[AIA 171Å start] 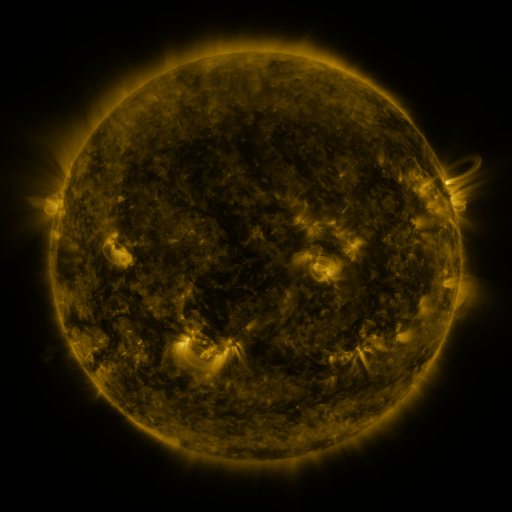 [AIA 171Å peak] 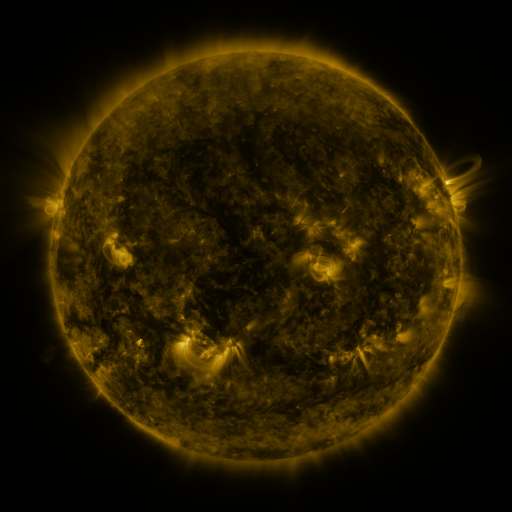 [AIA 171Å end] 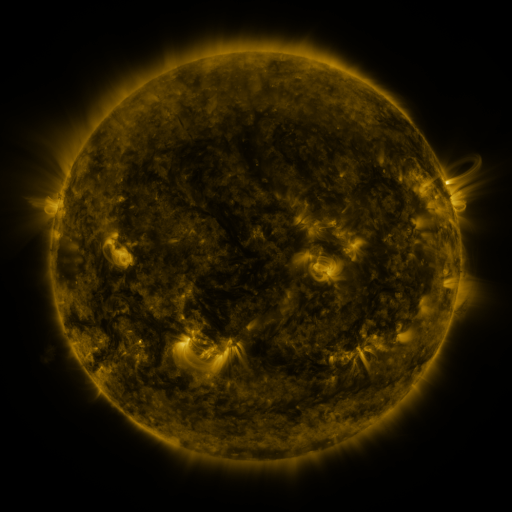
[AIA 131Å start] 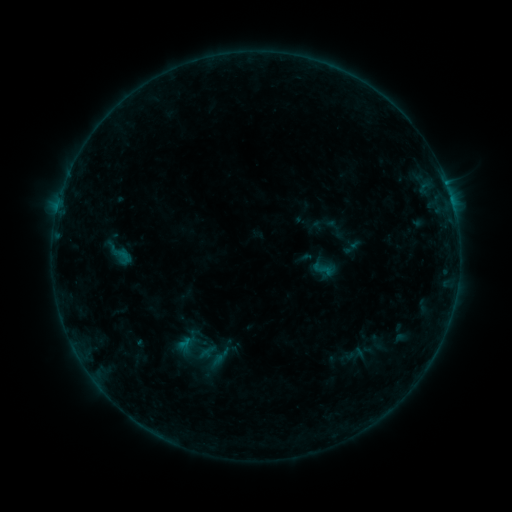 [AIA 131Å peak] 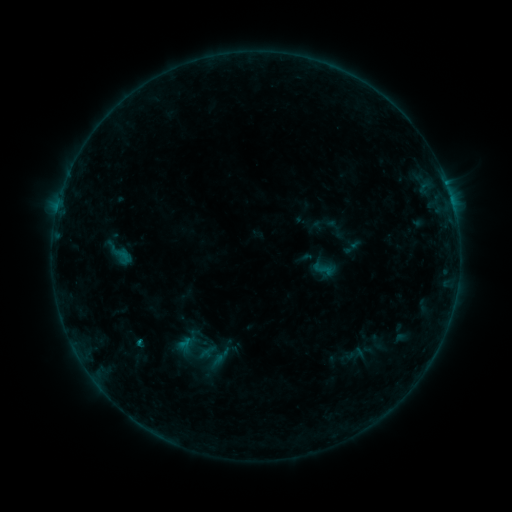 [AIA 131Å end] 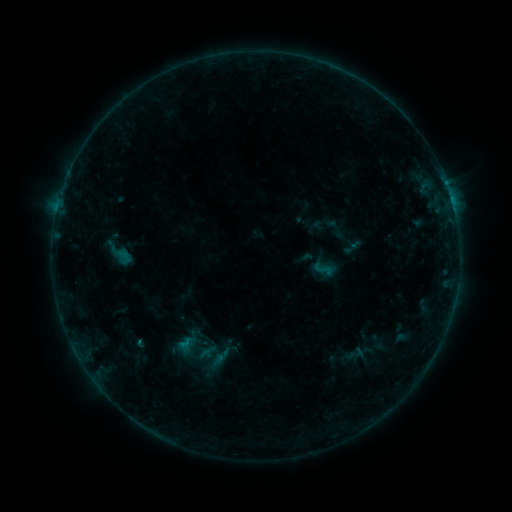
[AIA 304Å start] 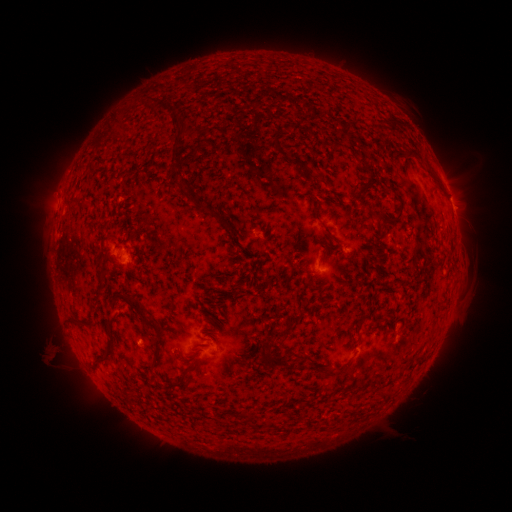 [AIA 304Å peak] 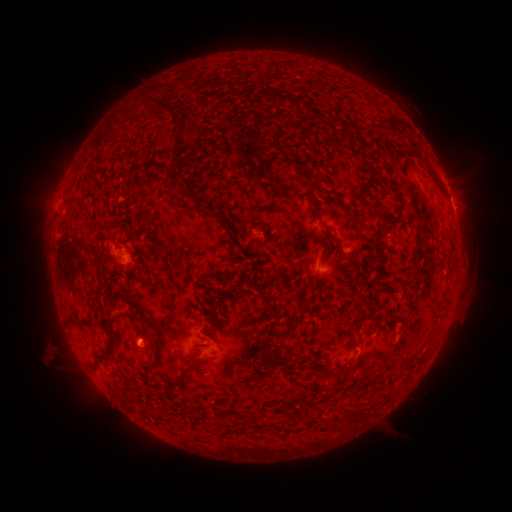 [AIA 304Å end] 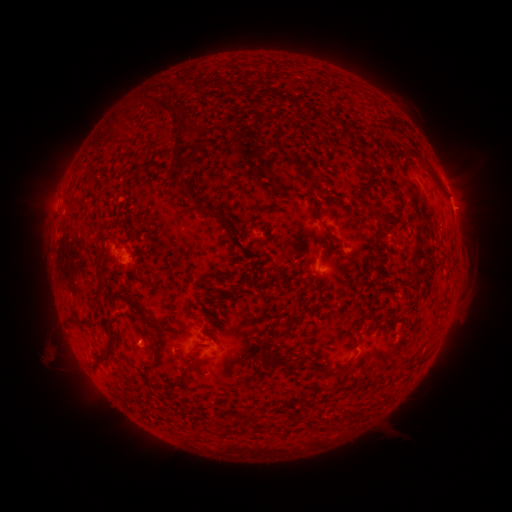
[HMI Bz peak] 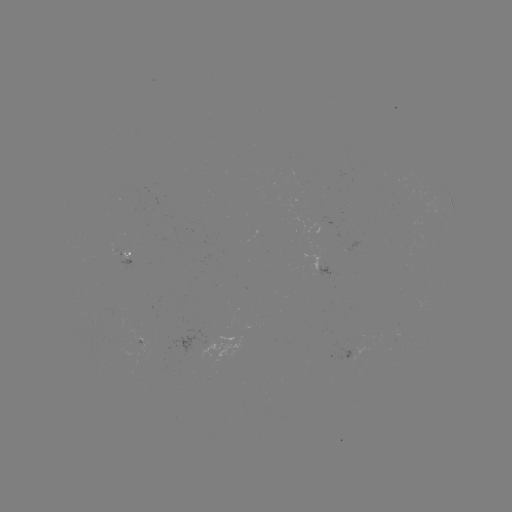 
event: flare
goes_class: B2.9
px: (142, 341)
